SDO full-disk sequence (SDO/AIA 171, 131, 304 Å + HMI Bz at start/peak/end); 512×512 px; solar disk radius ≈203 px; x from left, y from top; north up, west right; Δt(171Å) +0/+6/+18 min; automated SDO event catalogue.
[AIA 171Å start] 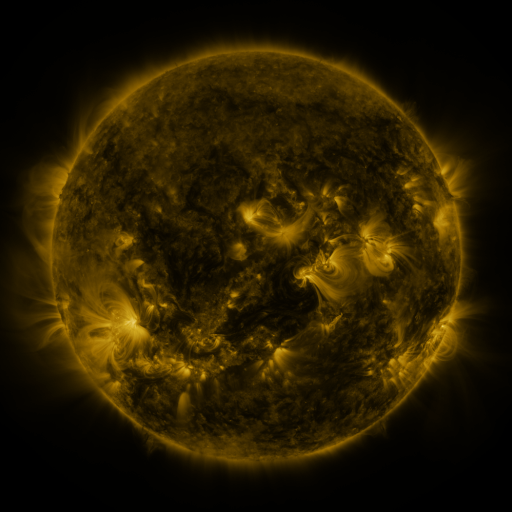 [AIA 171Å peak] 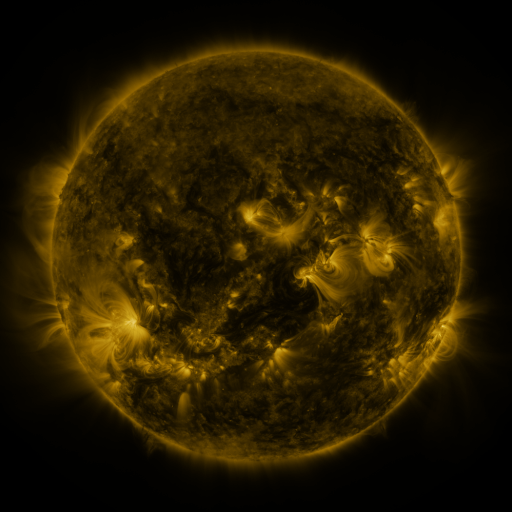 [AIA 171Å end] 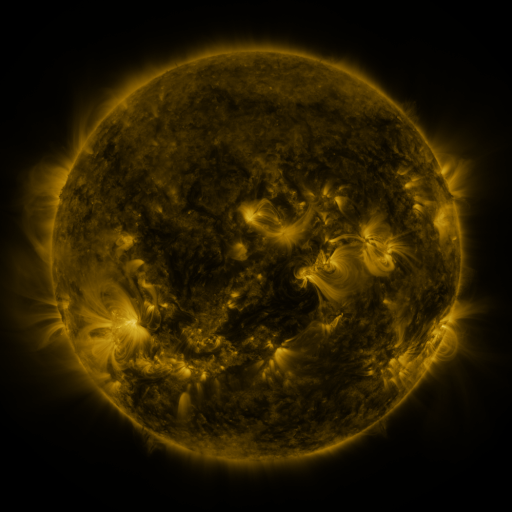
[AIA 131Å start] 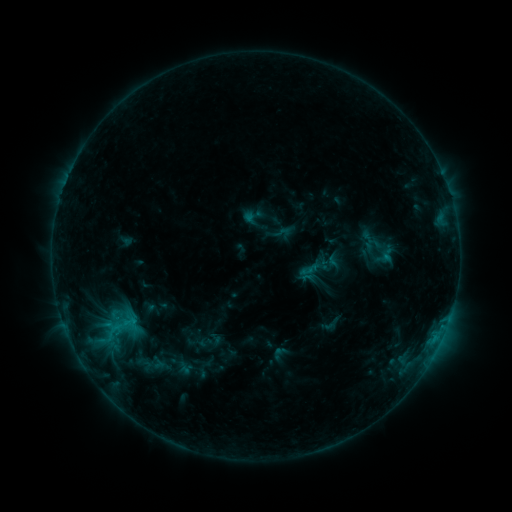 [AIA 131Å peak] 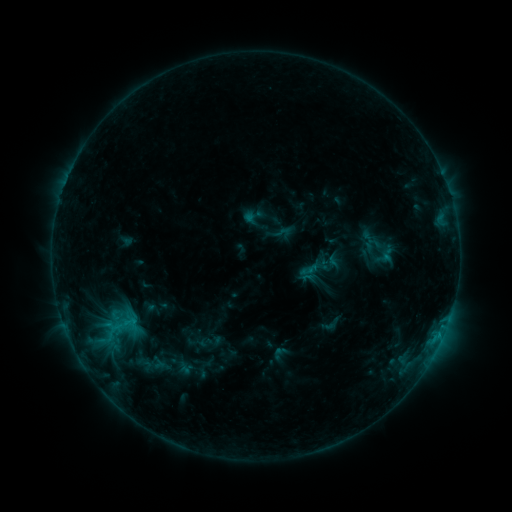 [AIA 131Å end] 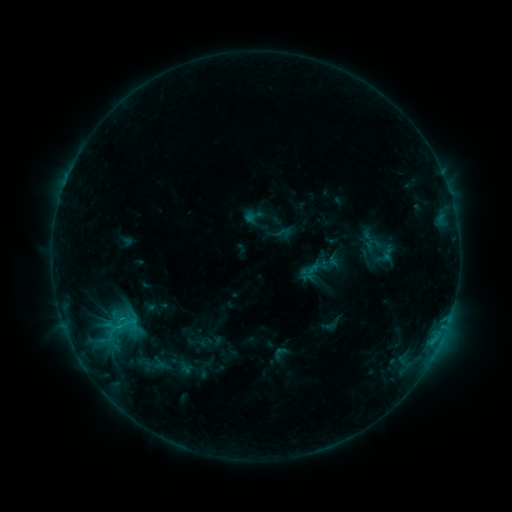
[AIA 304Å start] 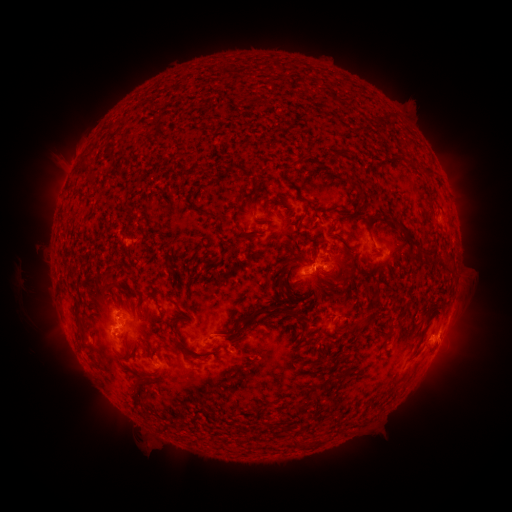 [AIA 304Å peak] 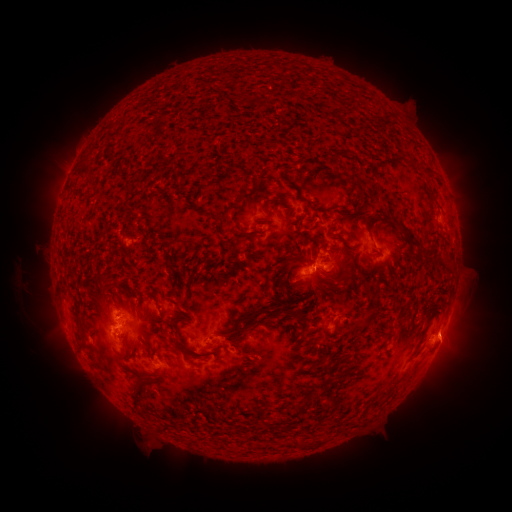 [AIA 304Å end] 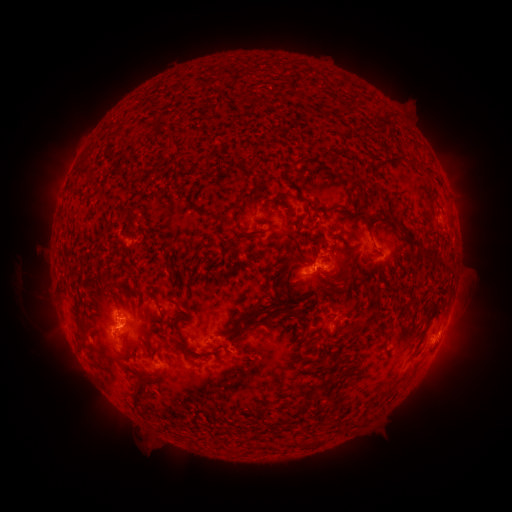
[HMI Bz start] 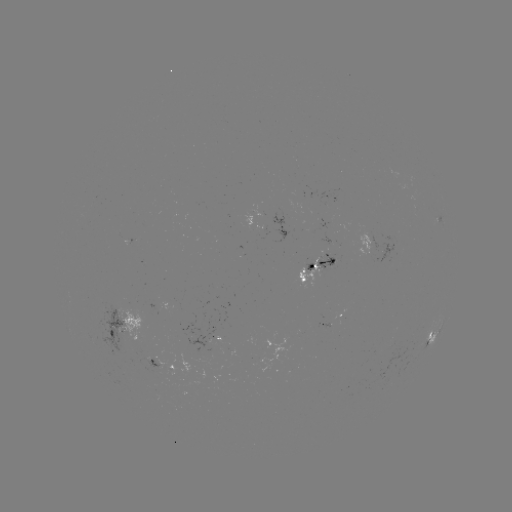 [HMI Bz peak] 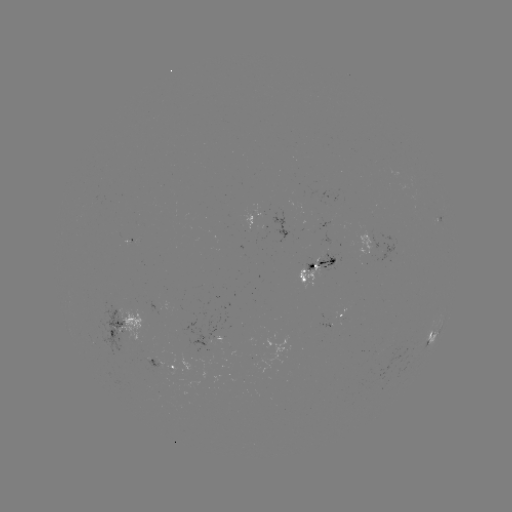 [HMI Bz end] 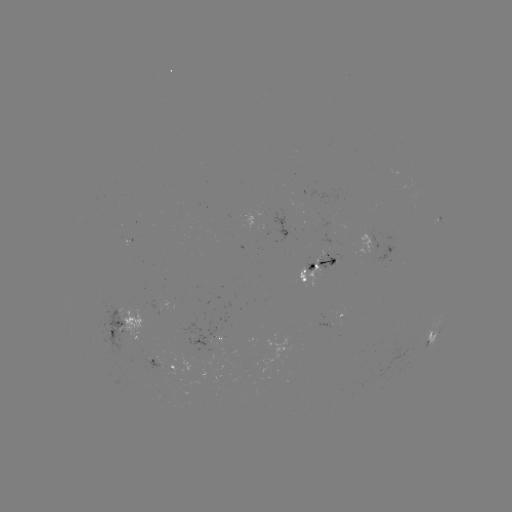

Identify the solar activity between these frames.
eruption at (454, 339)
